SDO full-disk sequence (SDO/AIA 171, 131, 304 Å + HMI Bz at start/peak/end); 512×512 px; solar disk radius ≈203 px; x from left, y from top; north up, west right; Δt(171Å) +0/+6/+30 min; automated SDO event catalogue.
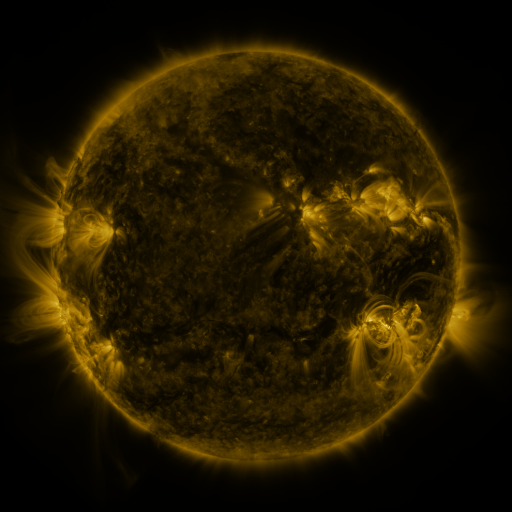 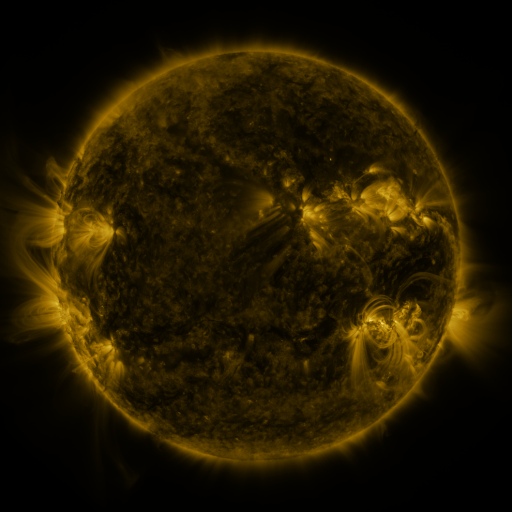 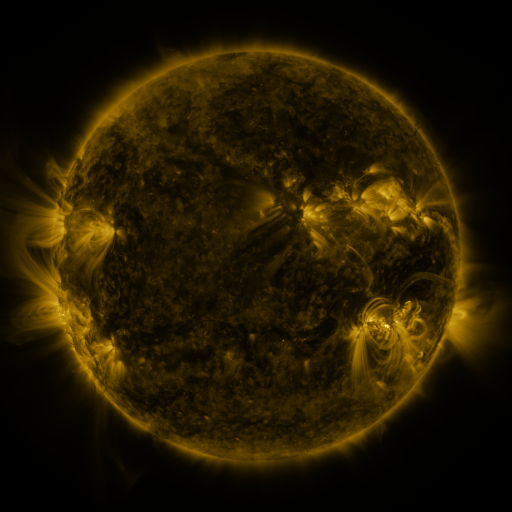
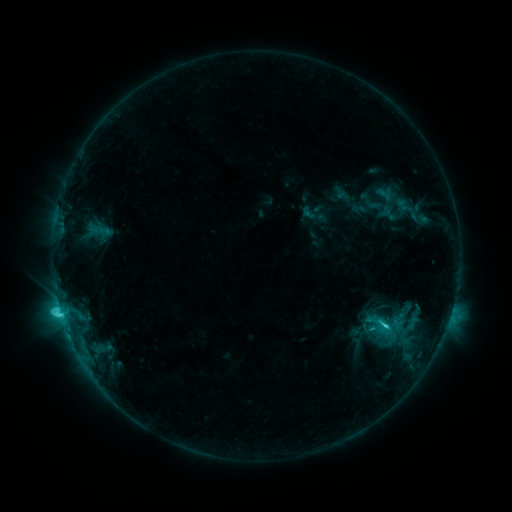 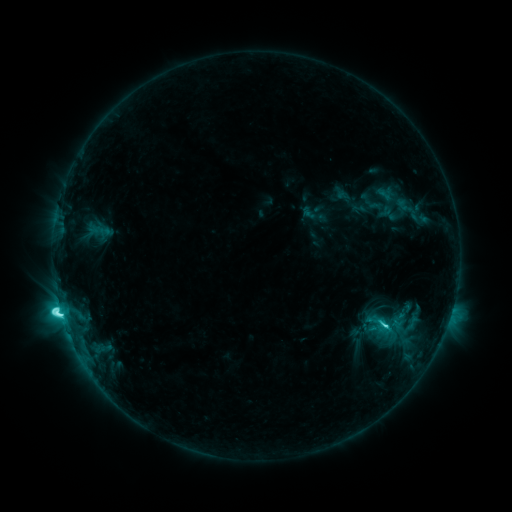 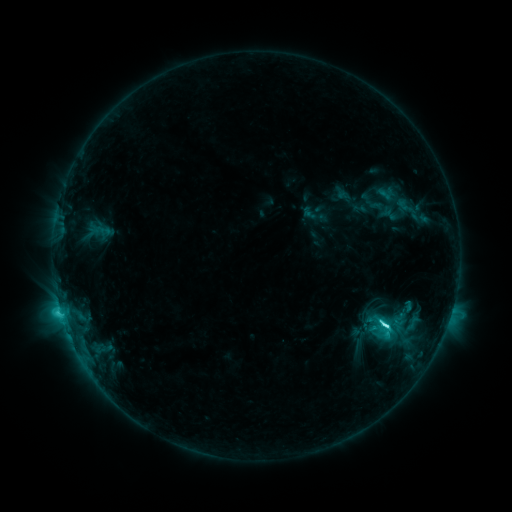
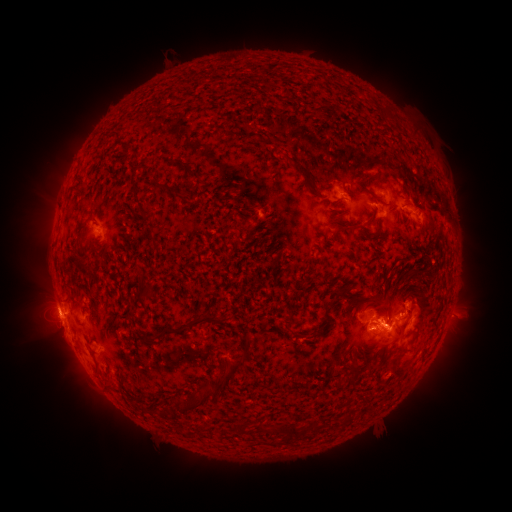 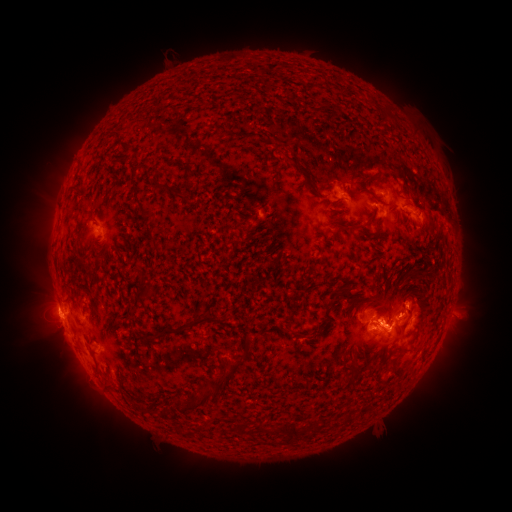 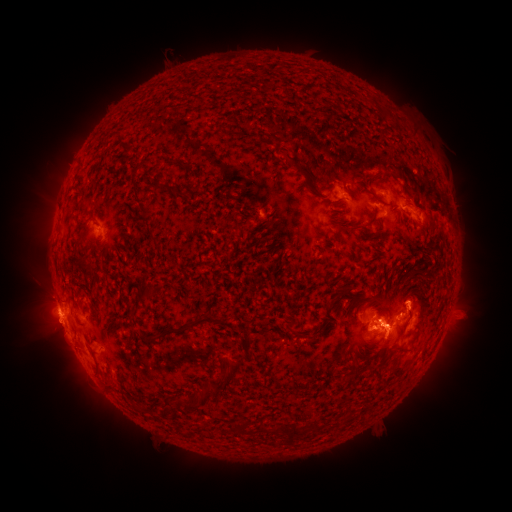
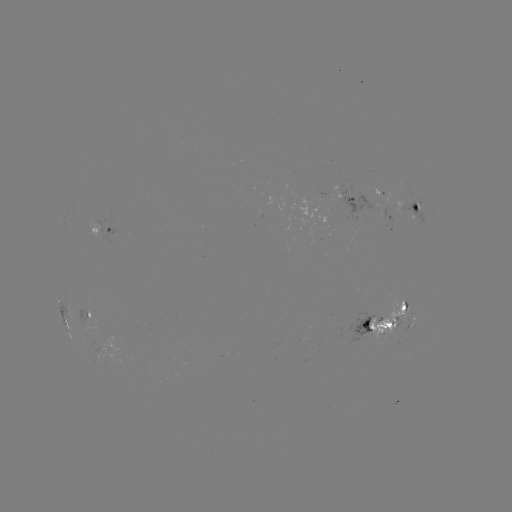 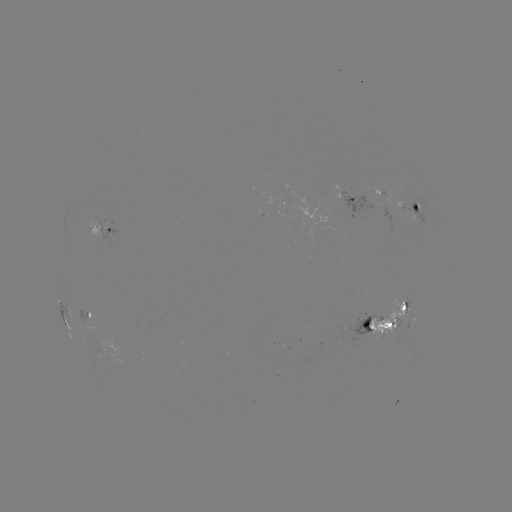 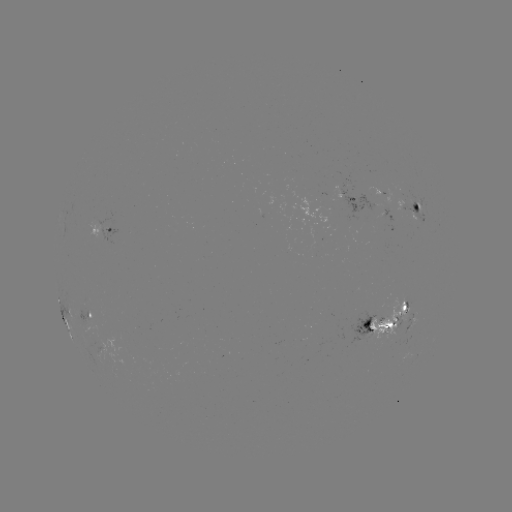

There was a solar flare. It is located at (61, 315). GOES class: C7.7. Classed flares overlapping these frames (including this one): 1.